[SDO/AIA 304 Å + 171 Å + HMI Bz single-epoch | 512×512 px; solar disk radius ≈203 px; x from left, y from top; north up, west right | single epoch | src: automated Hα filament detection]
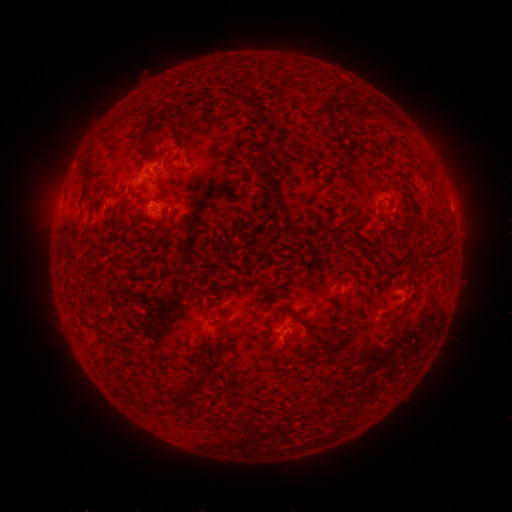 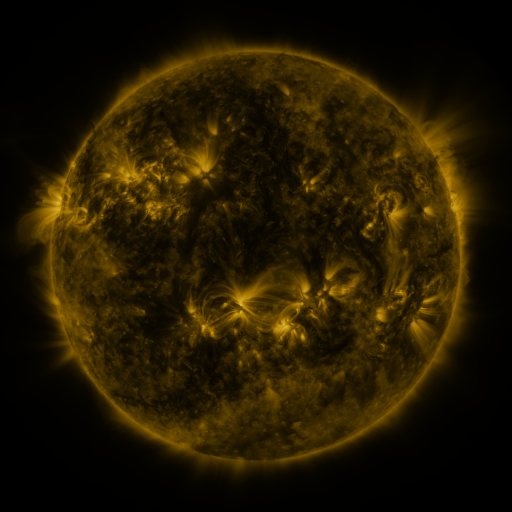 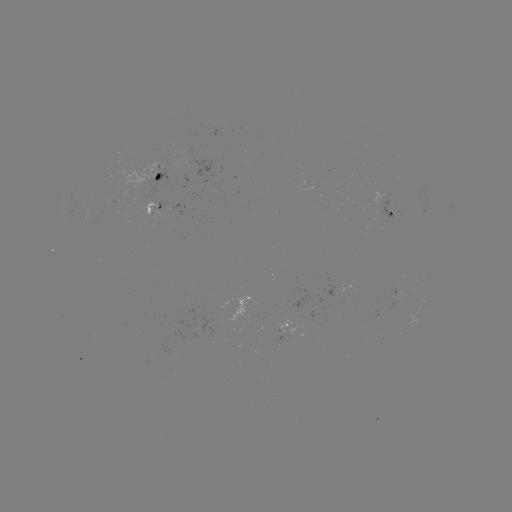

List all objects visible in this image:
filament: <bbox>148, 119, 169, 132</bbox>
filament: <bbox>149, 144, 164, 162</bbox>
filament: <bbox>279, 146, 287, 155</bbox>
filament: <bbox>252, 159, 297, 230</bbox>
filament: <bbox>151, 214, 173, 233</bbox>
filament: <bbox>294, 318, 313, 342</bbox>
filament: <bbox>355, 343, 399, 367</bbox>
filament: <bbox>184, 376, 205, 395</bbox>
